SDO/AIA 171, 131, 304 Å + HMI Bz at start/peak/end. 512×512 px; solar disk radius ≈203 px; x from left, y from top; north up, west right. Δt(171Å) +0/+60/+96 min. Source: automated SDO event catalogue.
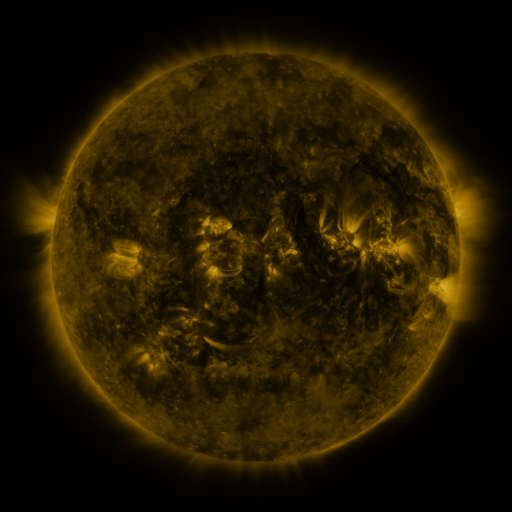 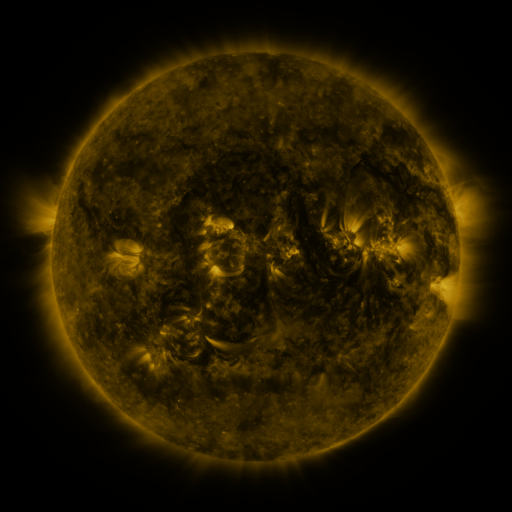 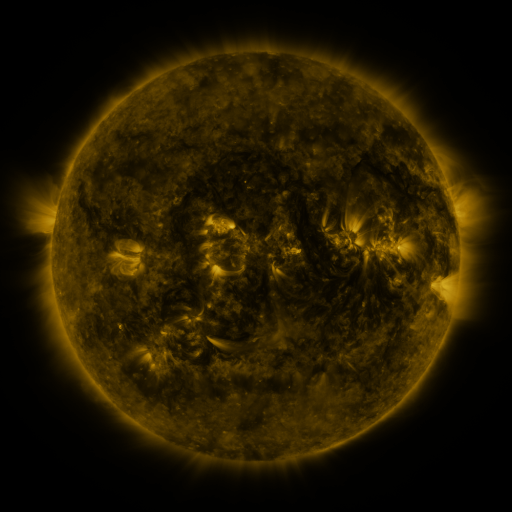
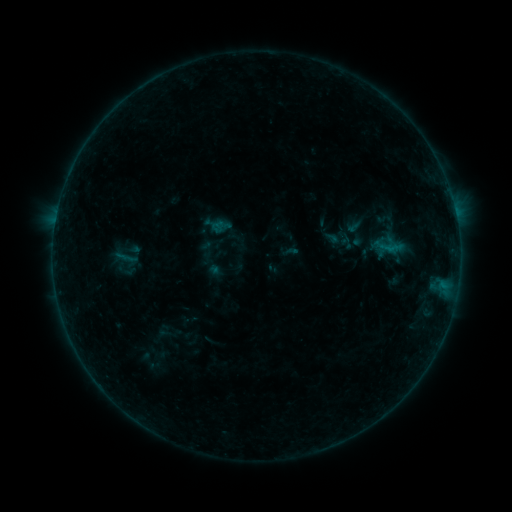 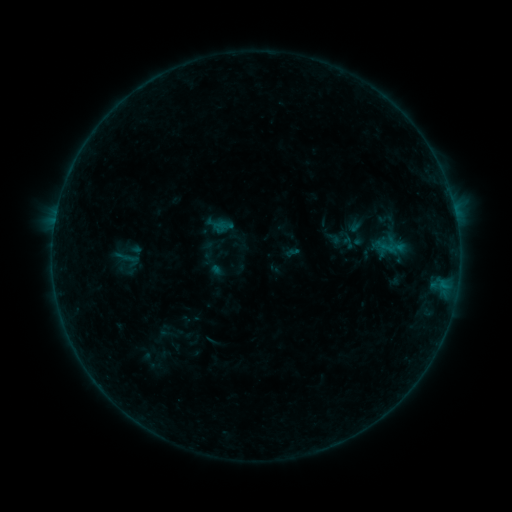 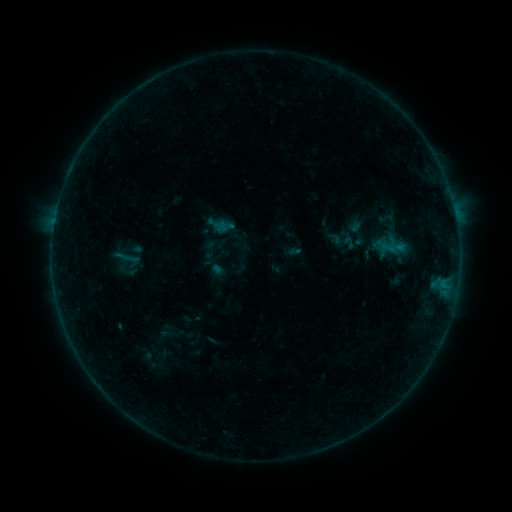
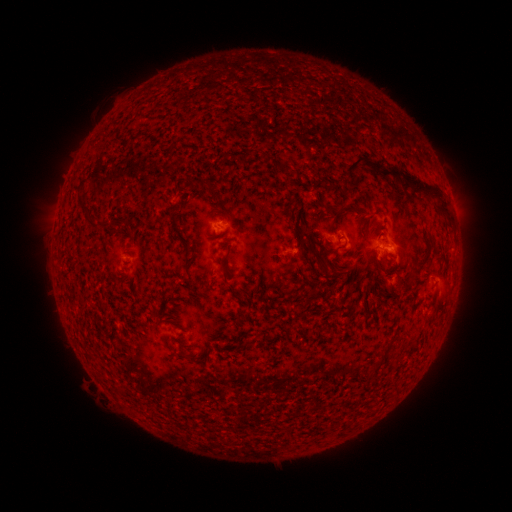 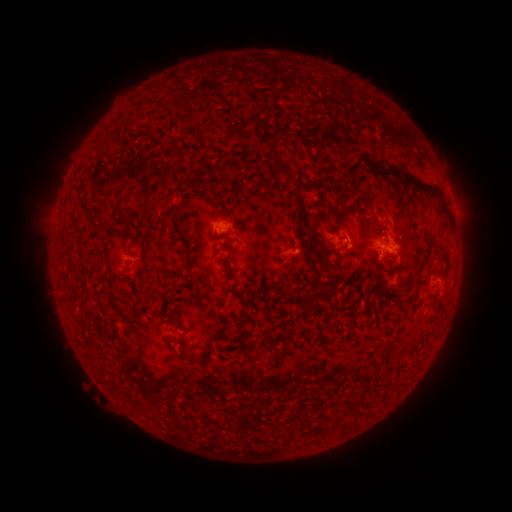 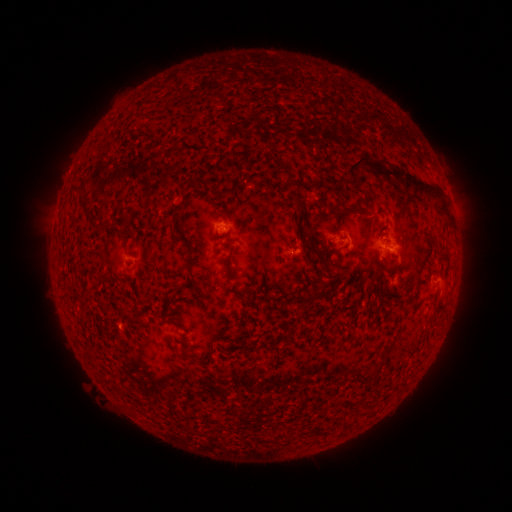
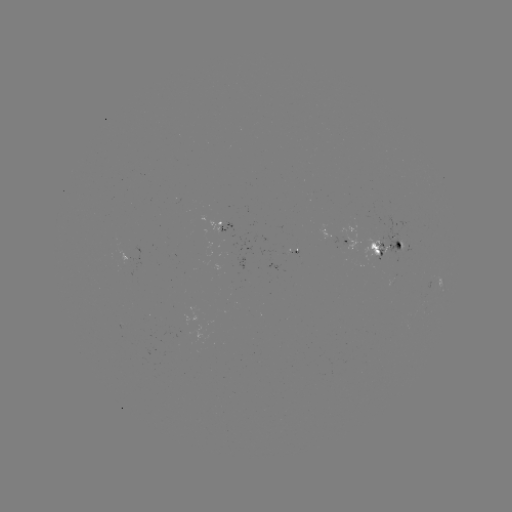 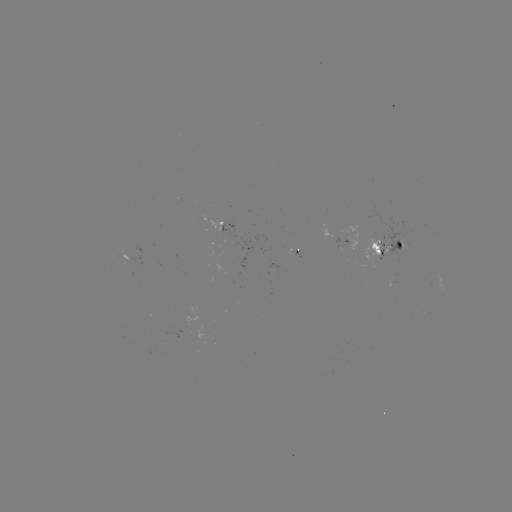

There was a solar emerging-flux region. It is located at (398, 243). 